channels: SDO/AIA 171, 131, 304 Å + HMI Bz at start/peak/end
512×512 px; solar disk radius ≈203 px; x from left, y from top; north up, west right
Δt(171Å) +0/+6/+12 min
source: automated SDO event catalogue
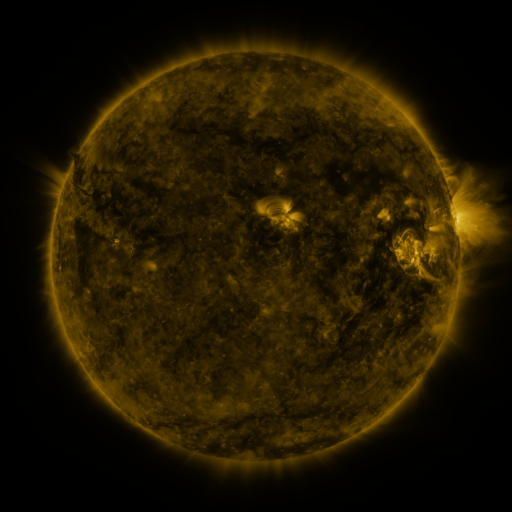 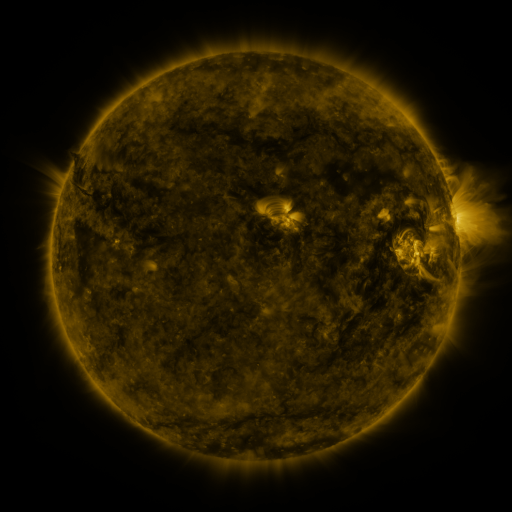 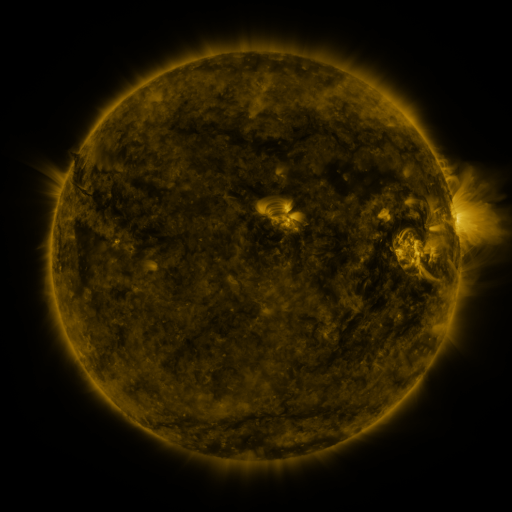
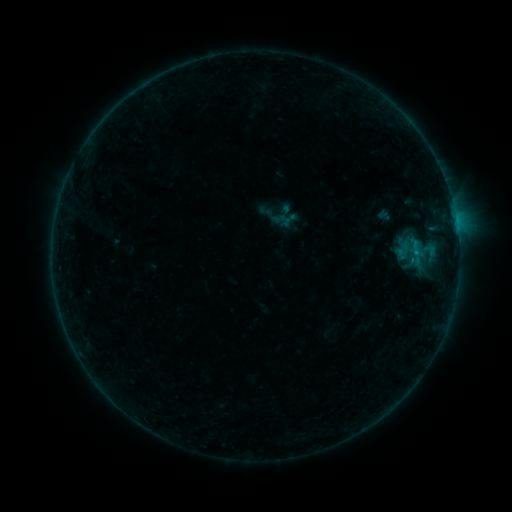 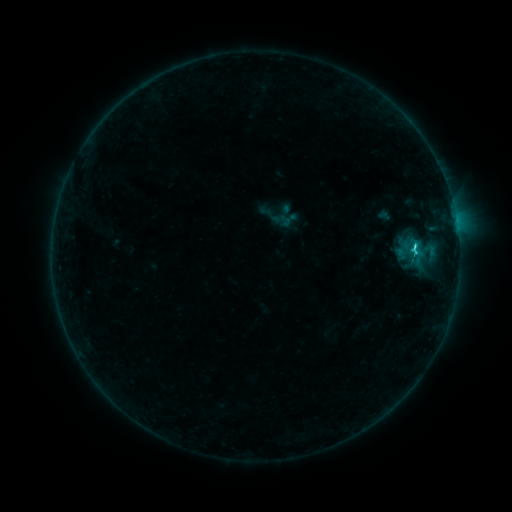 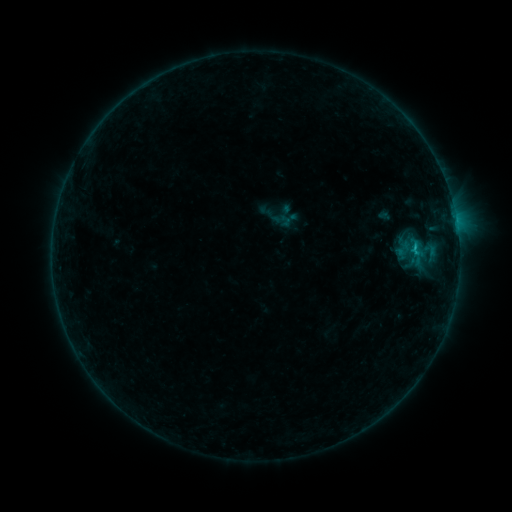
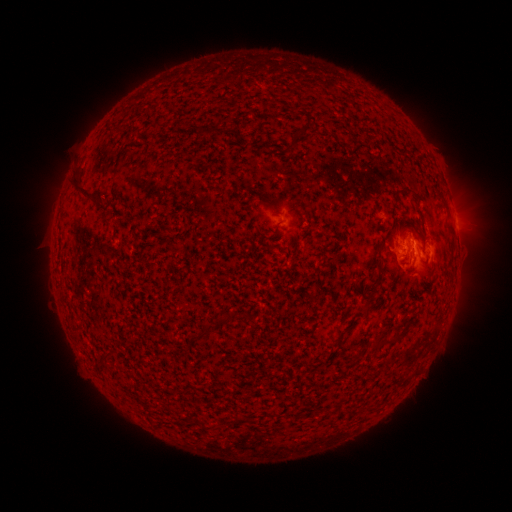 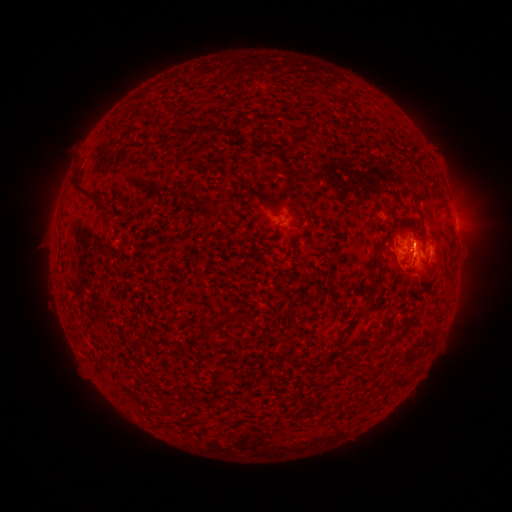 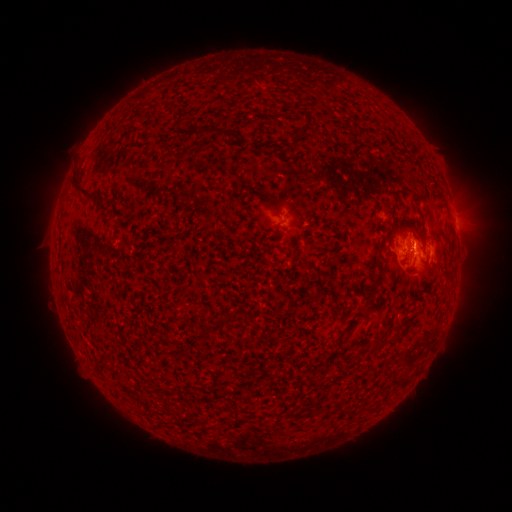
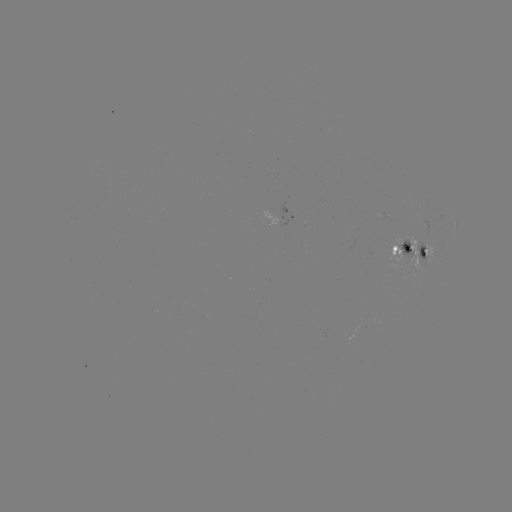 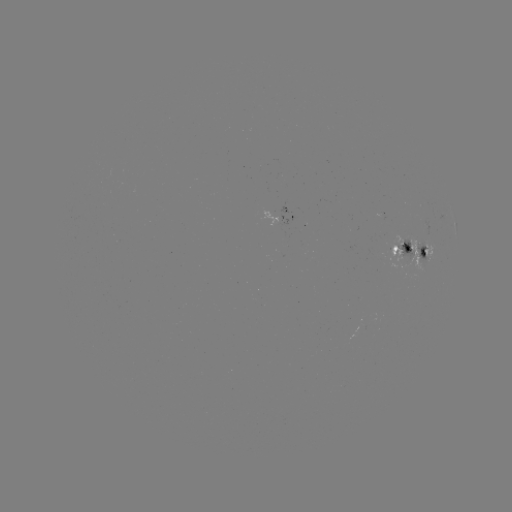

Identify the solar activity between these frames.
C1.2 flare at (413, 249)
